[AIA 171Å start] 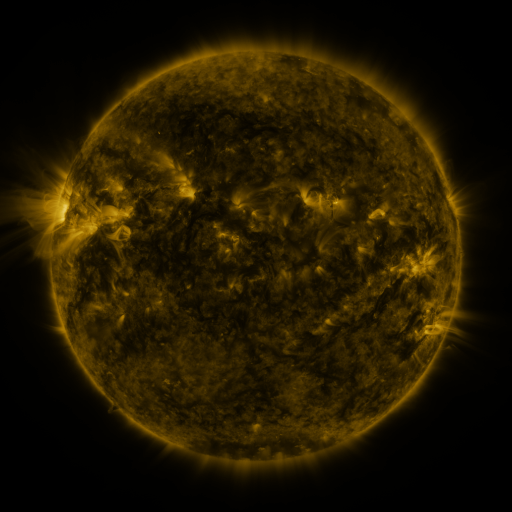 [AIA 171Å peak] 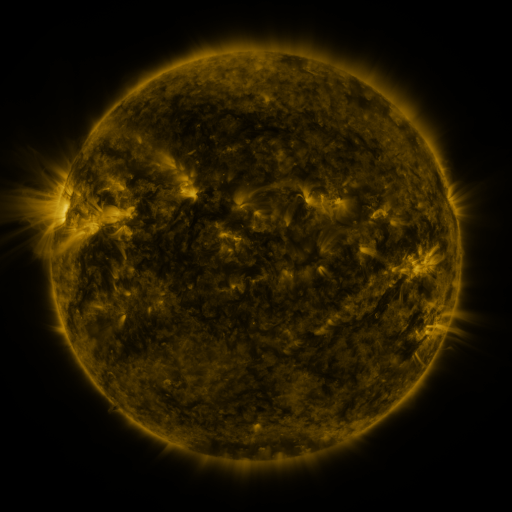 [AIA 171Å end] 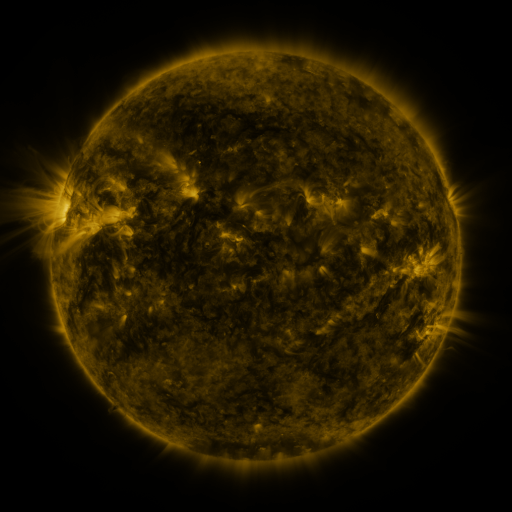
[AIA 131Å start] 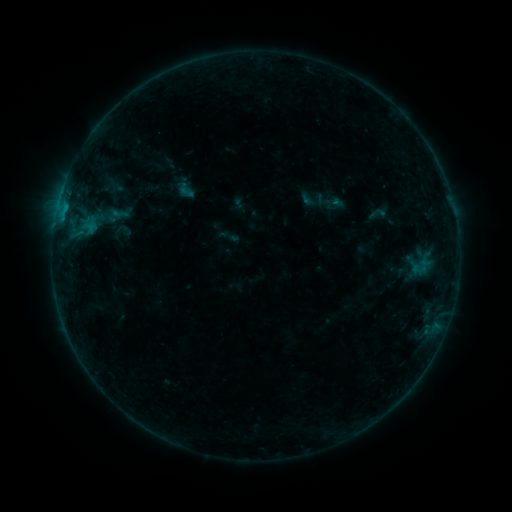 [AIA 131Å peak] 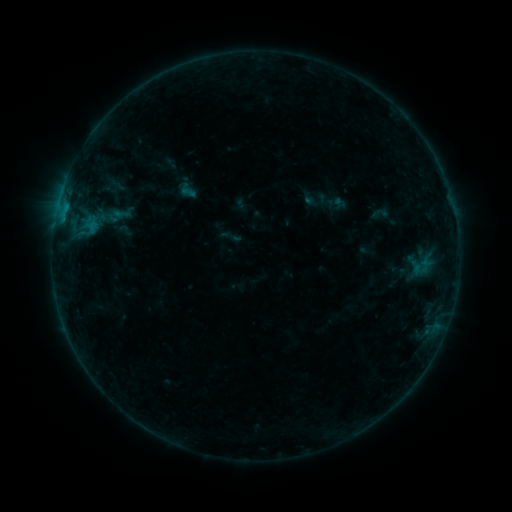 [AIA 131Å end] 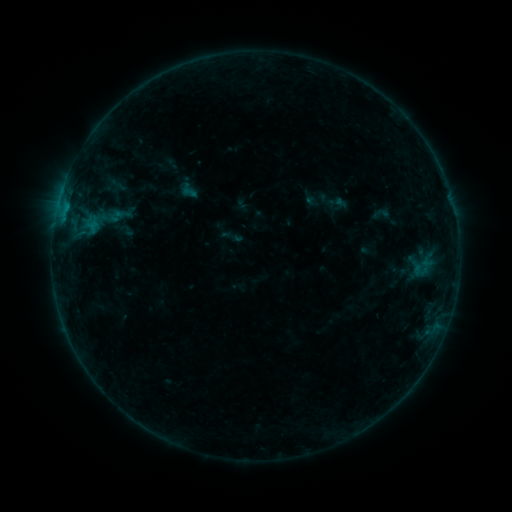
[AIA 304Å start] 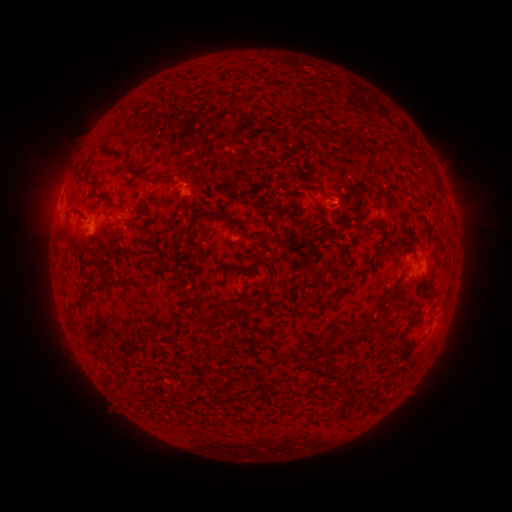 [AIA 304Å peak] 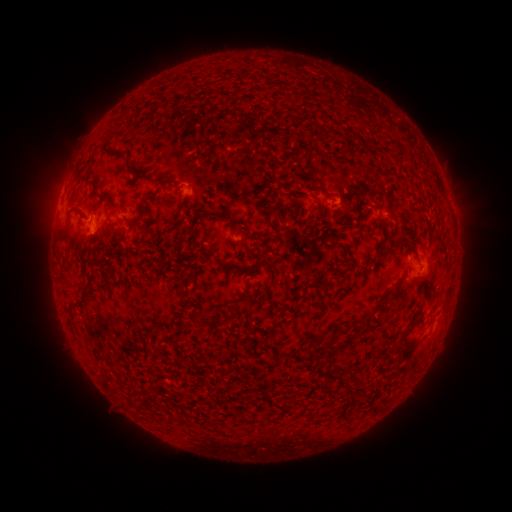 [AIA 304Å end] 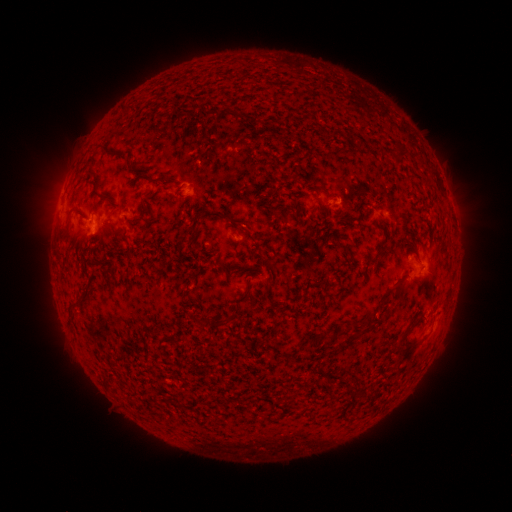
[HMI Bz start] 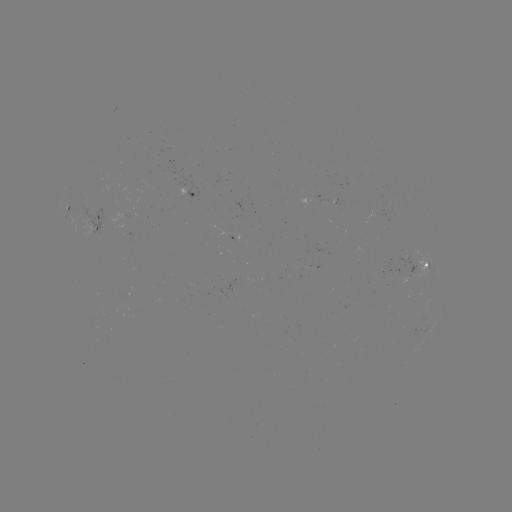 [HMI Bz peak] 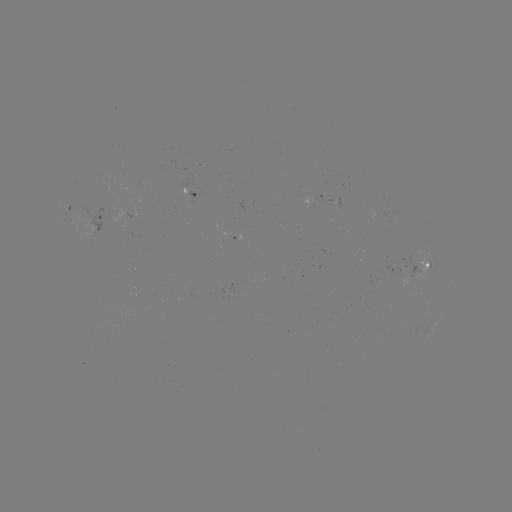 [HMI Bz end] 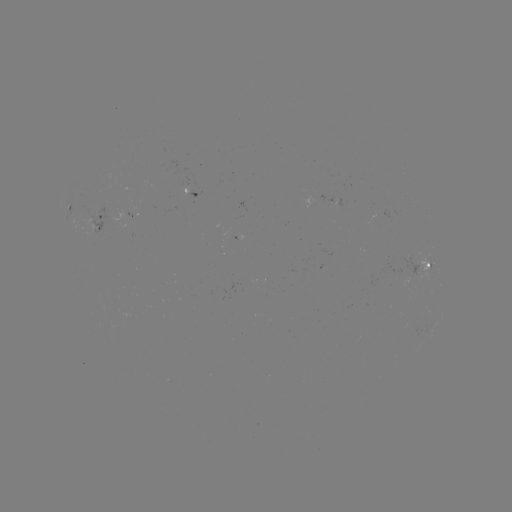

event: emerging-flux region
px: (125, 216)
